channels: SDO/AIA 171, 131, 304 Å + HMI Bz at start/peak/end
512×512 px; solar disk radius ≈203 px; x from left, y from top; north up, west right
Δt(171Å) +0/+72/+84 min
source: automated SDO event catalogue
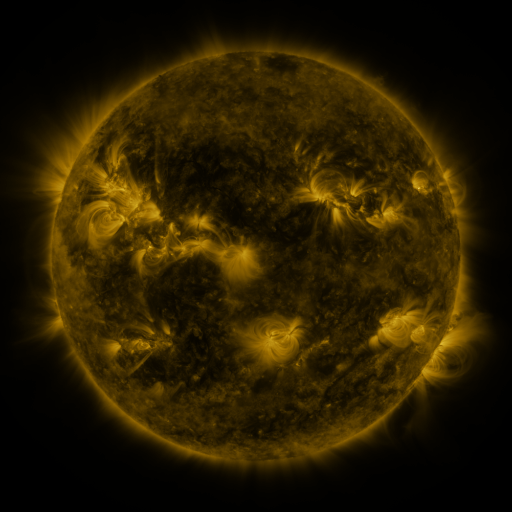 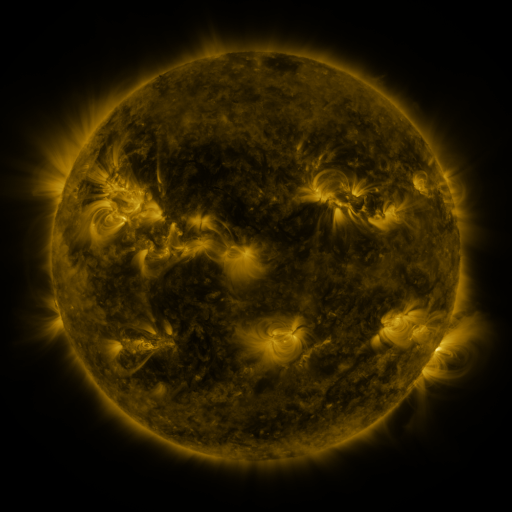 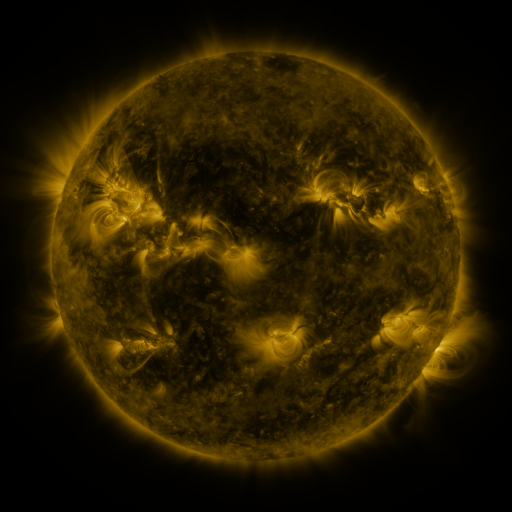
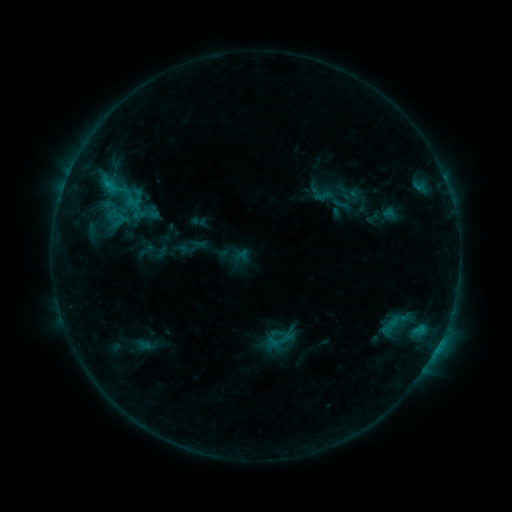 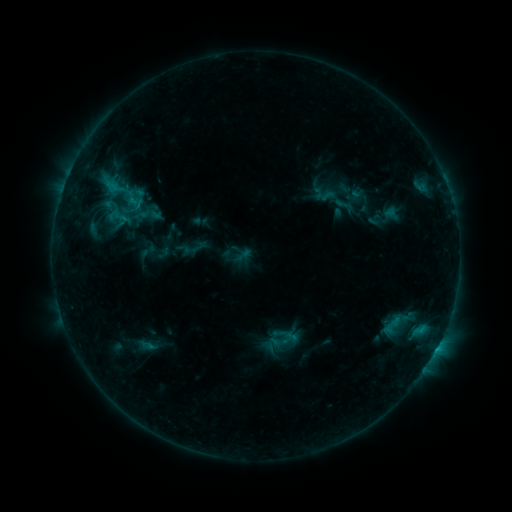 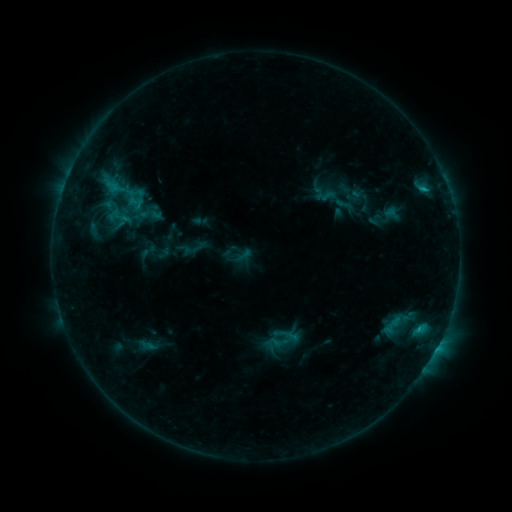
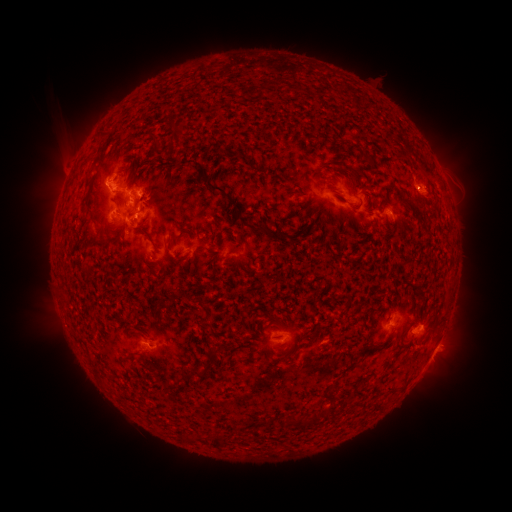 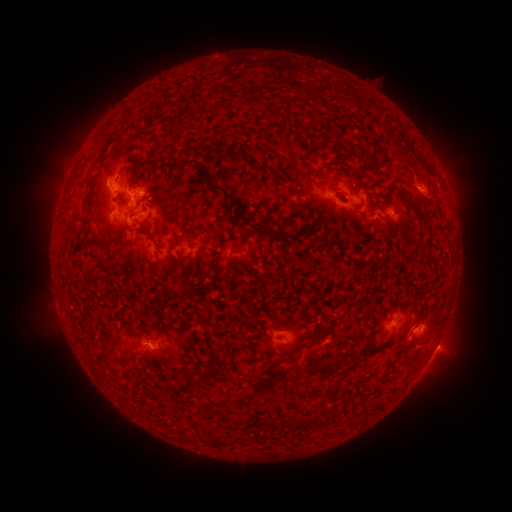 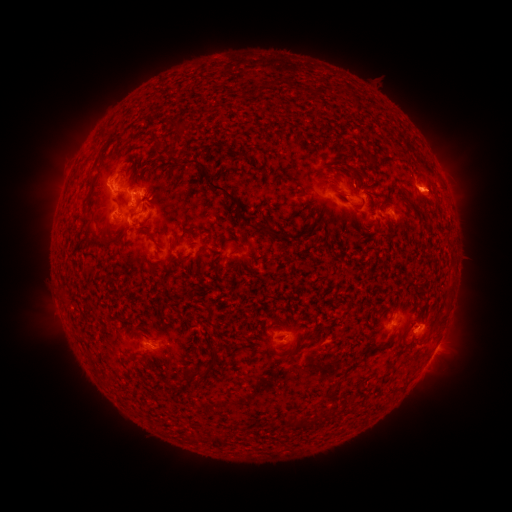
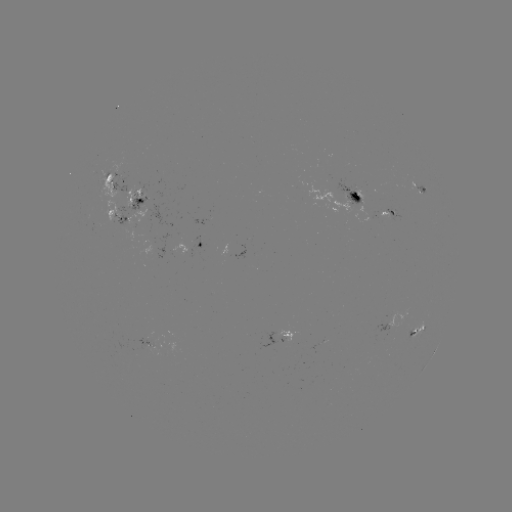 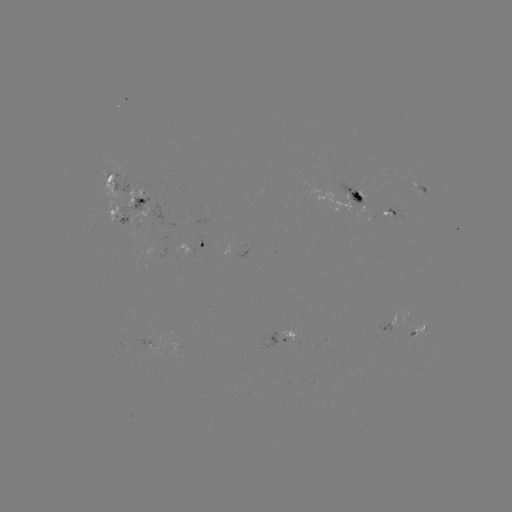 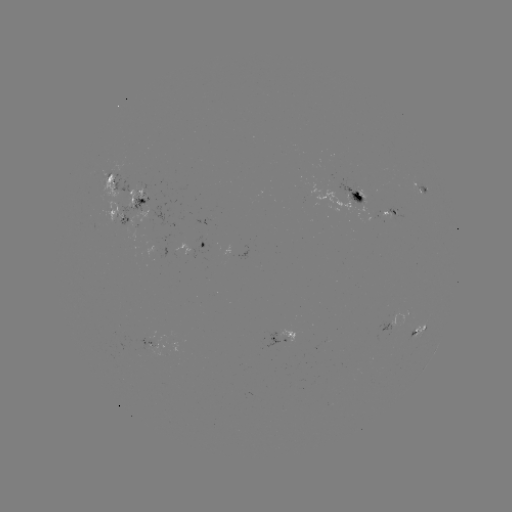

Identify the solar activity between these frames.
emerging-flux region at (135, 194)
